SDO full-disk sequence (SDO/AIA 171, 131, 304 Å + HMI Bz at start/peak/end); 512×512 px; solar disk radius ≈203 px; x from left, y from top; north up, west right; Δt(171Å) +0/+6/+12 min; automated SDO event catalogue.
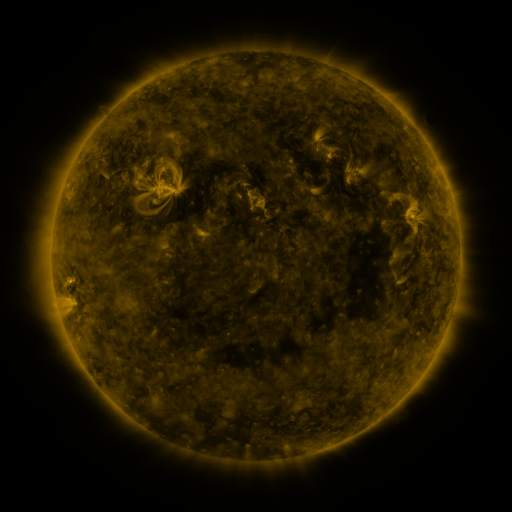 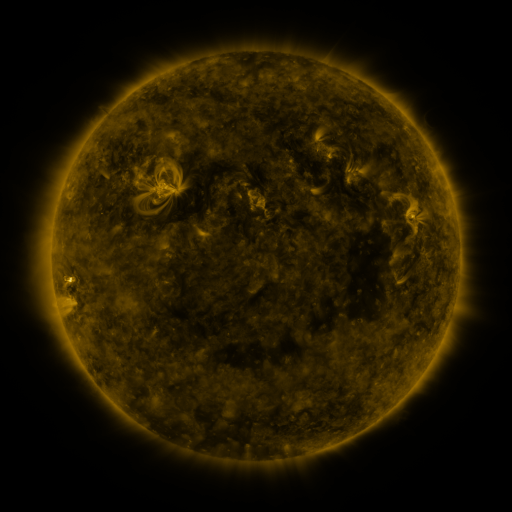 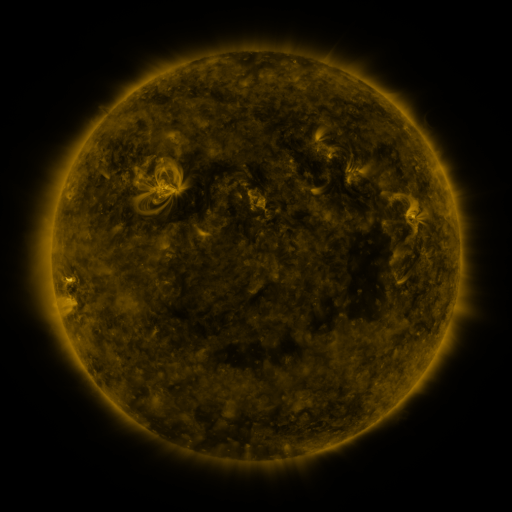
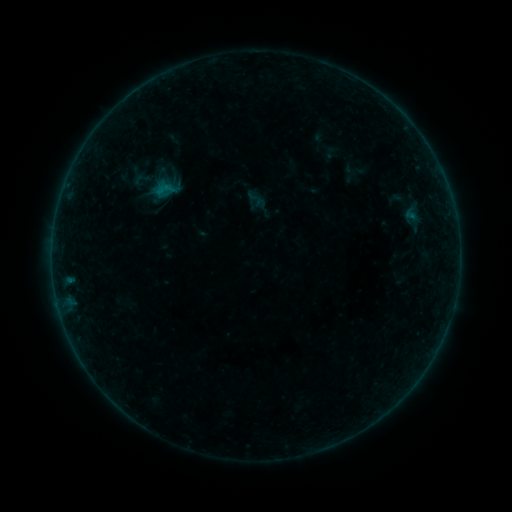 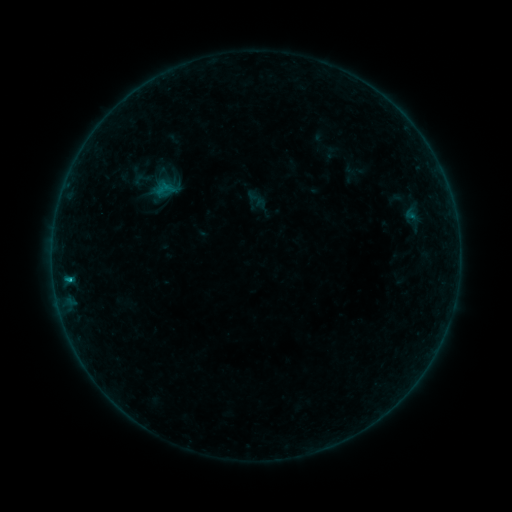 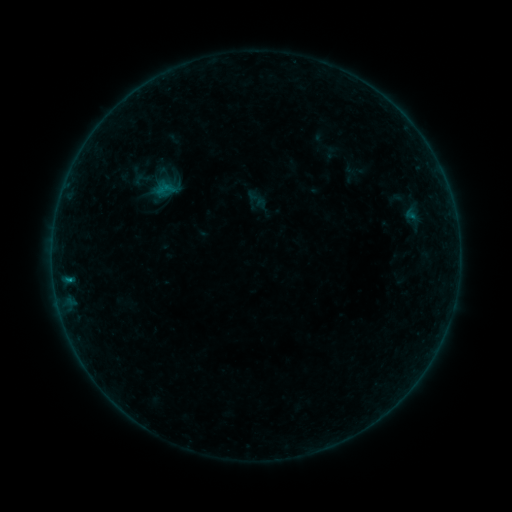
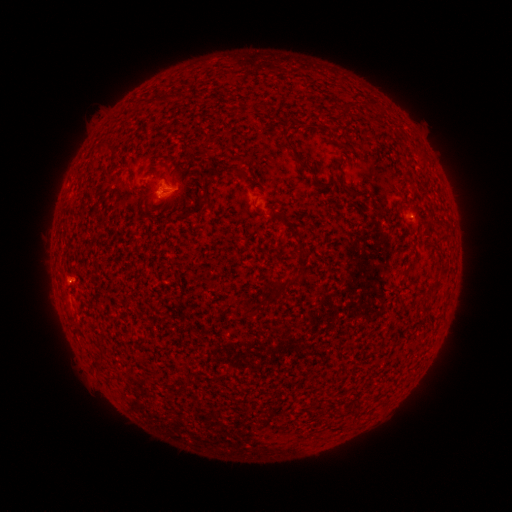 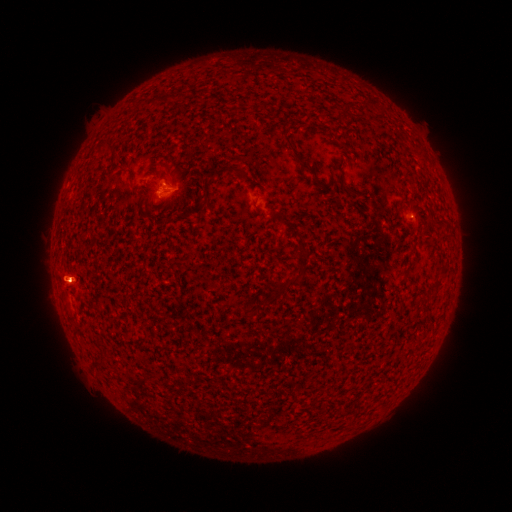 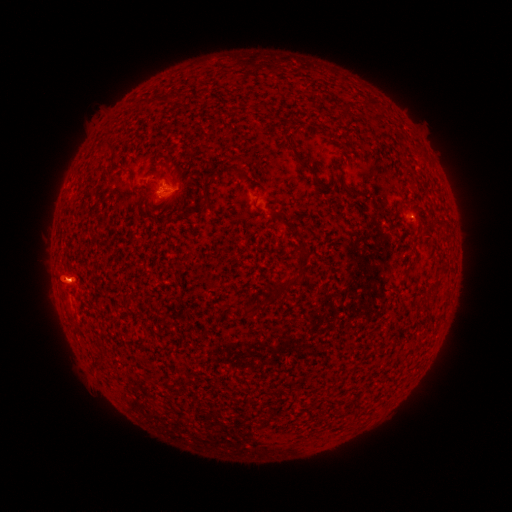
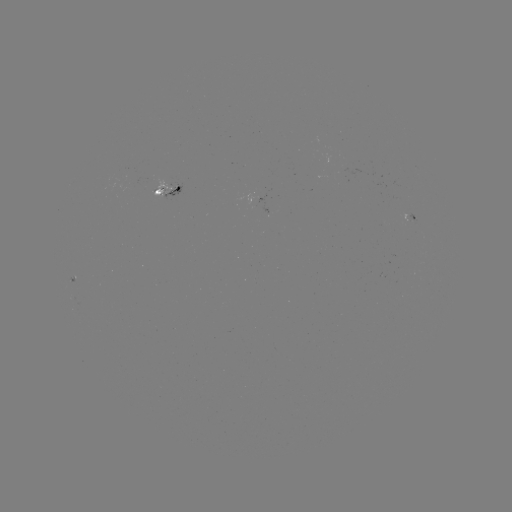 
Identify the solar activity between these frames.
eruption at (62, 274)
